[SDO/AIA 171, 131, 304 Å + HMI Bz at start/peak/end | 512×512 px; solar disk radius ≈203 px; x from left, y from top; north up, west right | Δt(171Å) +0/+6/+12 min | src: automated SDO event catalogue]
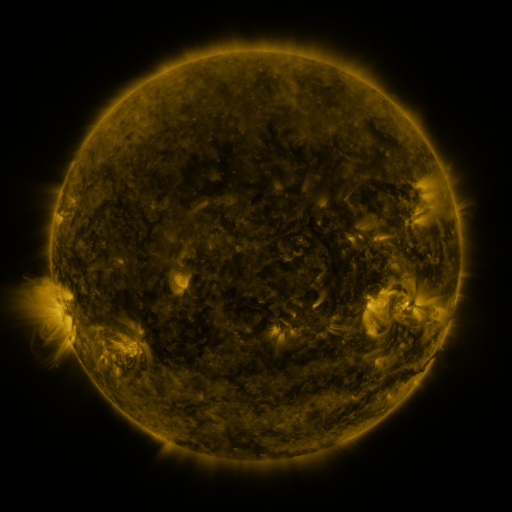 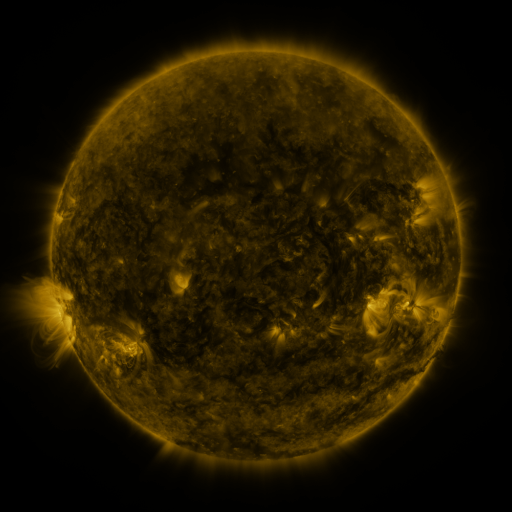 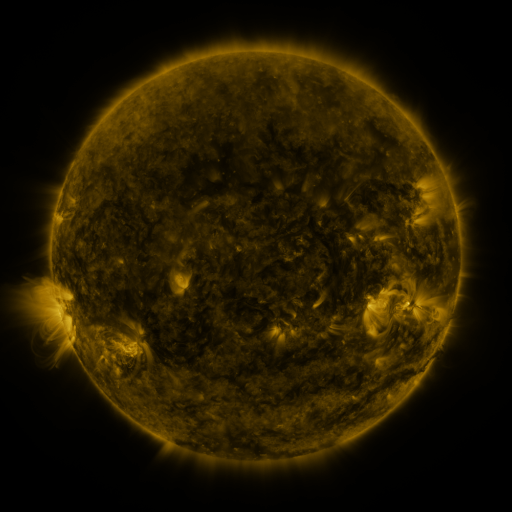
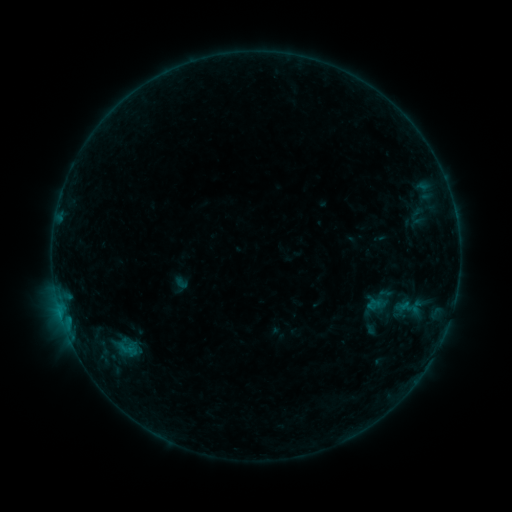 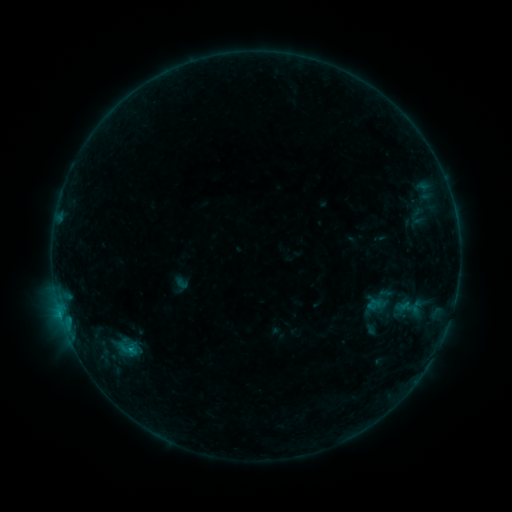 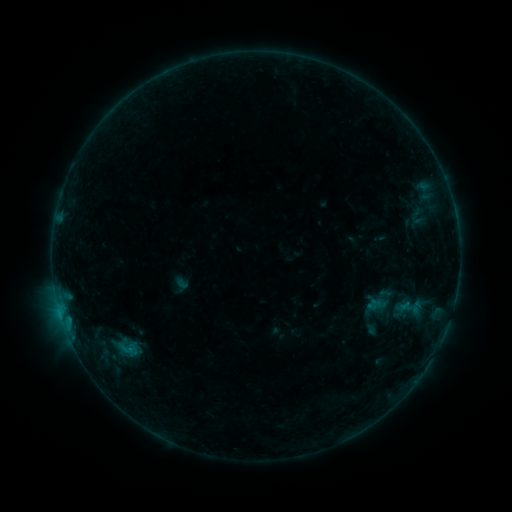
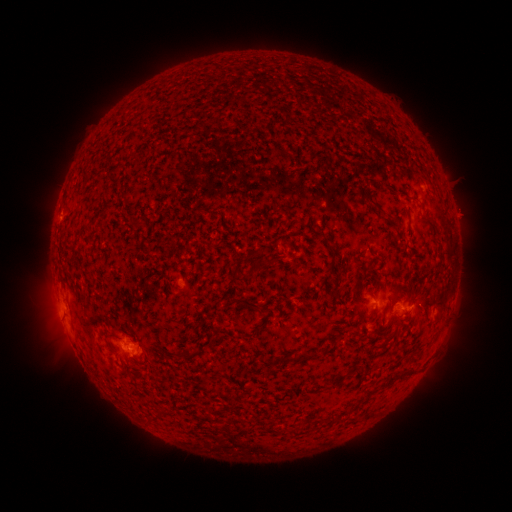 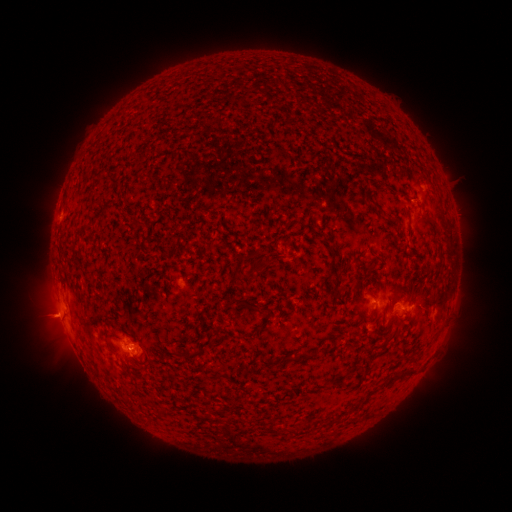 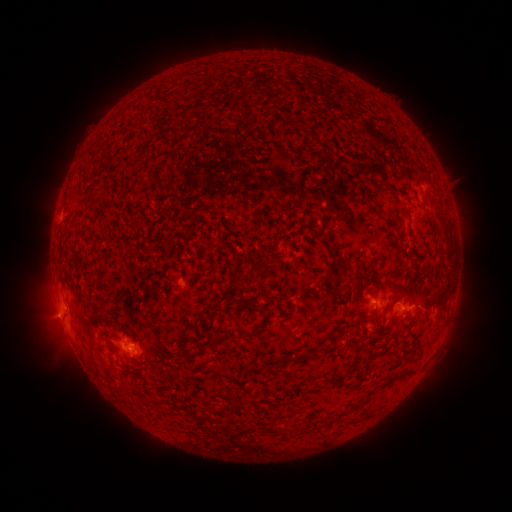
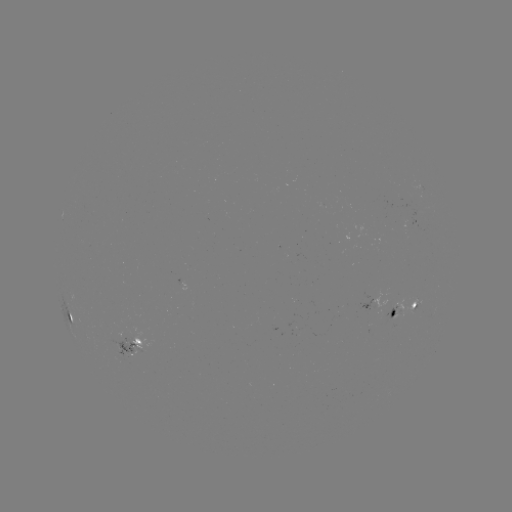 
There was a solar eruption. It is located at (55, 315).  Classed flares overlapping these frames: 1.